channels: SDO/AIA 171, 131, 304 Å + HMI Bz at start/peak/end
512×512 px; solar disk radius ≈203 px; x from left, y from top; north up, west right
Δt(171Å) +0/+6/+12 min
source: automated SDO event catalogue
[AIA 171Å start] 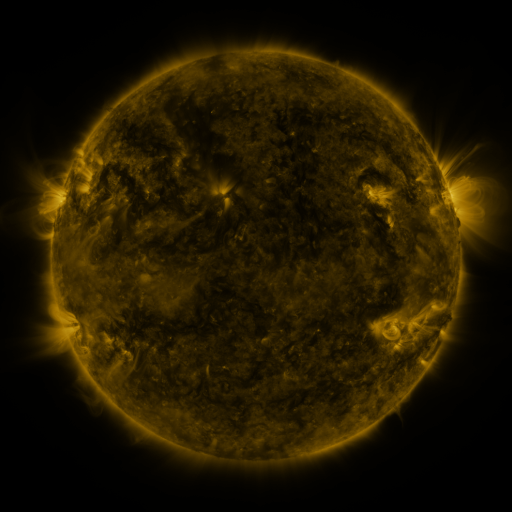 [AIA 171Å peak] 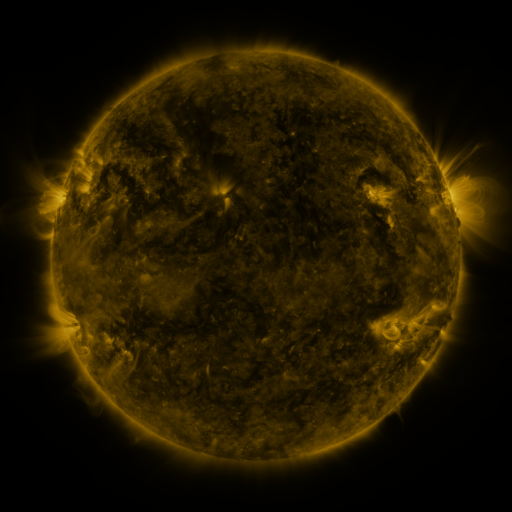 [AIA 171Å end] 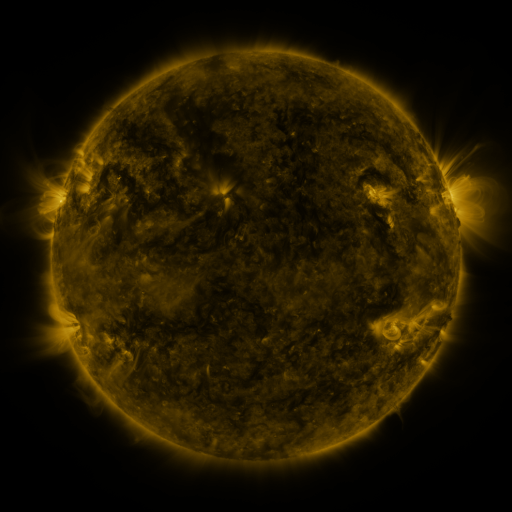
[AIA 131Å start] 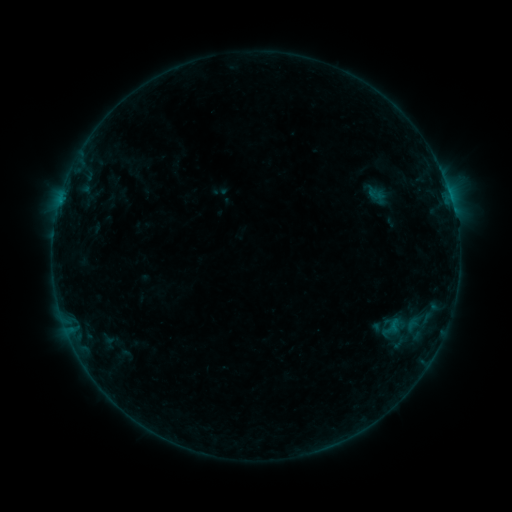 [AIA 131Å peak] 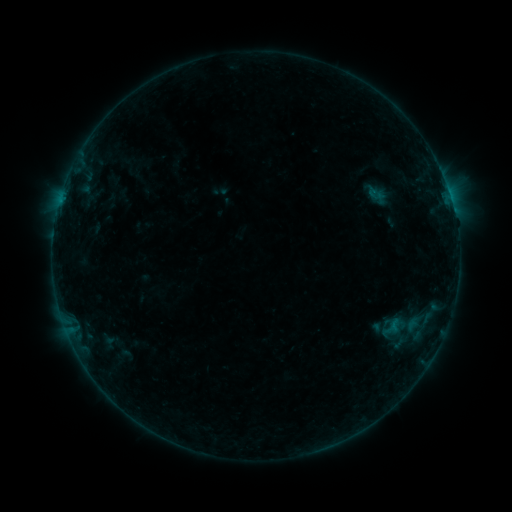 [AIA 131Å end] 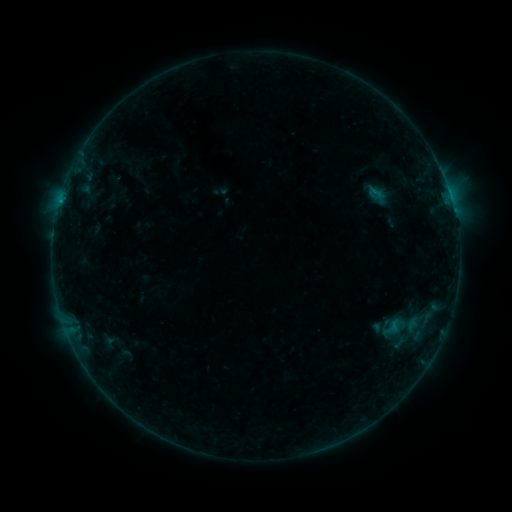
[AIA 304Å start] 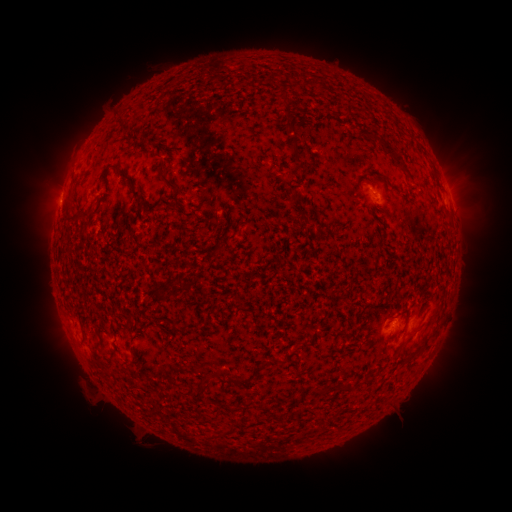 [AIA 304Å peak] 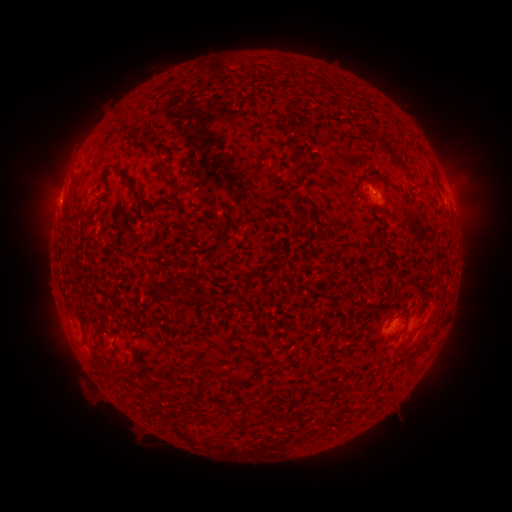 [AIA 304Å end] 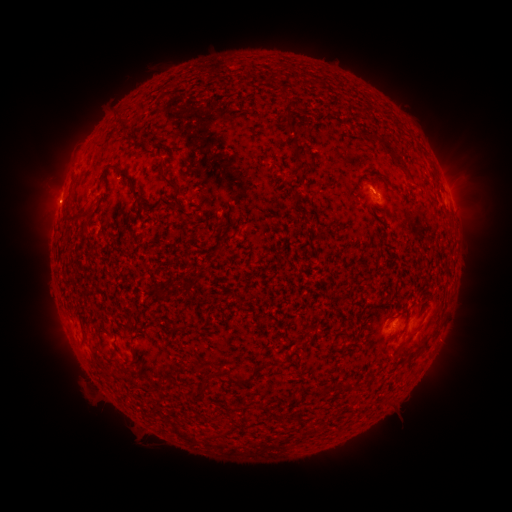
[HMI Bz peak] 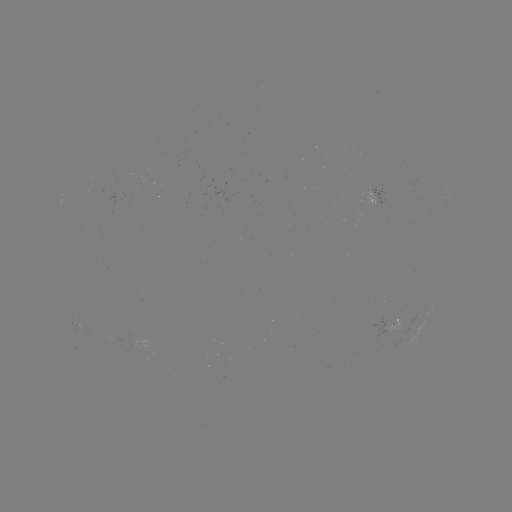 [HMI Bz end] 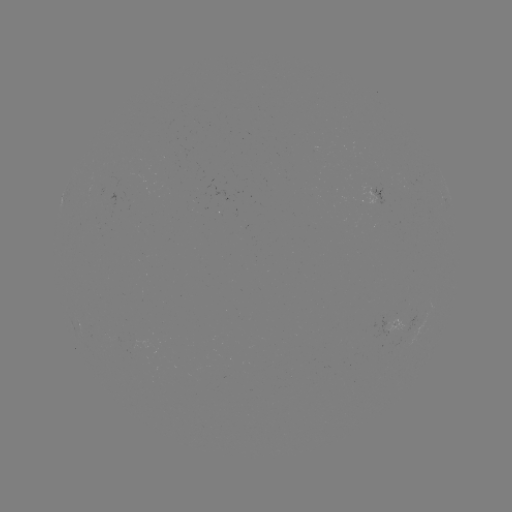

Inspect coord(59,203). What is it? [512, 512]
B3.2 flare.